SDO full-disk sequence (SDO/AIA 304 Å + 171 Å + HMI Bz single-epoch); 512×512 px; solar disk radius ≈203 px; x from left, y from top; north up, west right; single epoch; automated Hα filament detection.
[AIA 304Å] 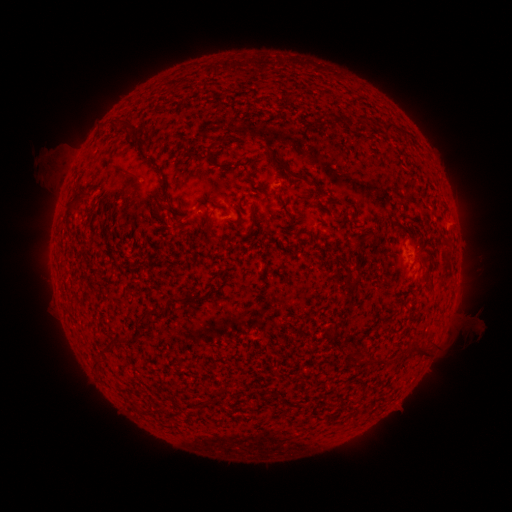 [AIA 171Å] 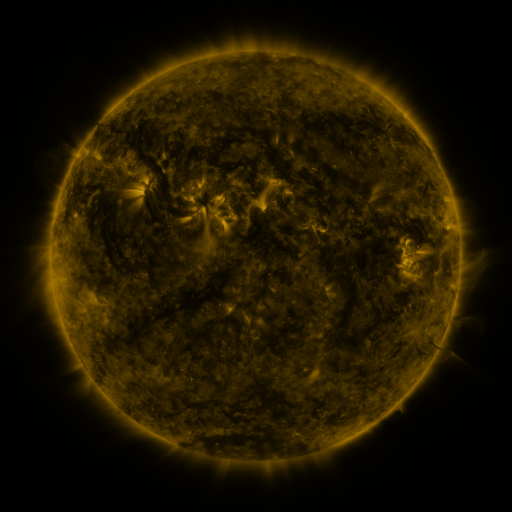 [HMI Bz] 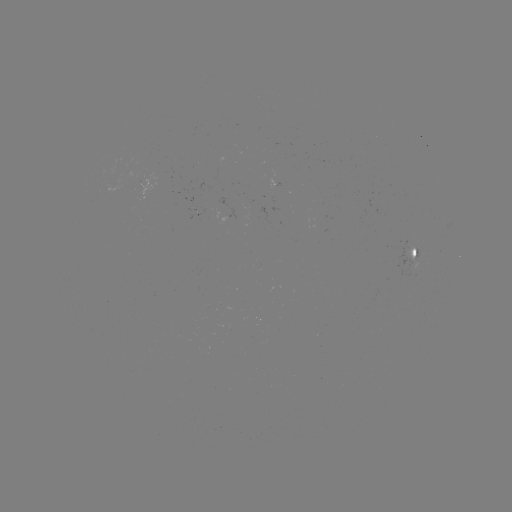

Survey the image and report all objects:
filament: (119, 124)
filament: (389, 128)
filament: (135, 136)
filament: (286, 169)
filament: (166, 195)
filament: (77, 201)
filament: (252, 216)
filament: (357, 247)
filament: (173, 300)
filament: (152, 313)
filament: (417, 351)
filament: (96, 362)
filament: (381, 363)
